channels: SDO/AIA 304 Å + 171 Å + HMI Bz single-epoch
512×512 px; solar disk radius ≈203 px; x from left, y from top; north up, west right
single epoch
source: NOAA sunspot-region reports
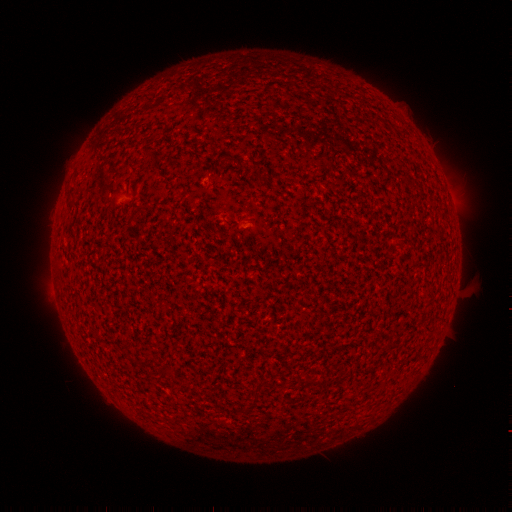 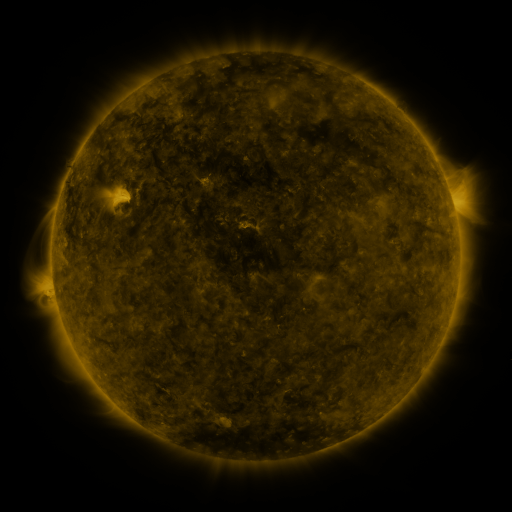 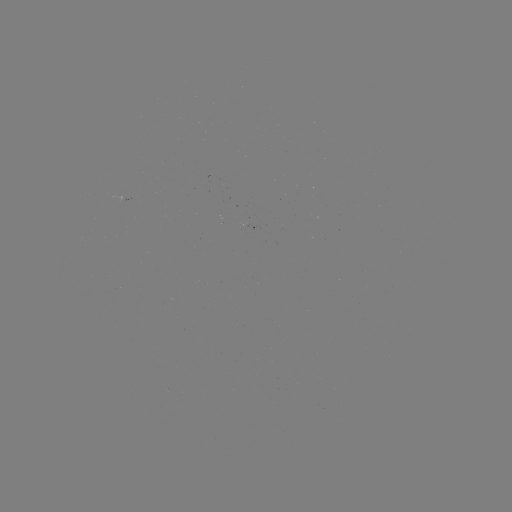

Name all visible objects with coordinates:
(none)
